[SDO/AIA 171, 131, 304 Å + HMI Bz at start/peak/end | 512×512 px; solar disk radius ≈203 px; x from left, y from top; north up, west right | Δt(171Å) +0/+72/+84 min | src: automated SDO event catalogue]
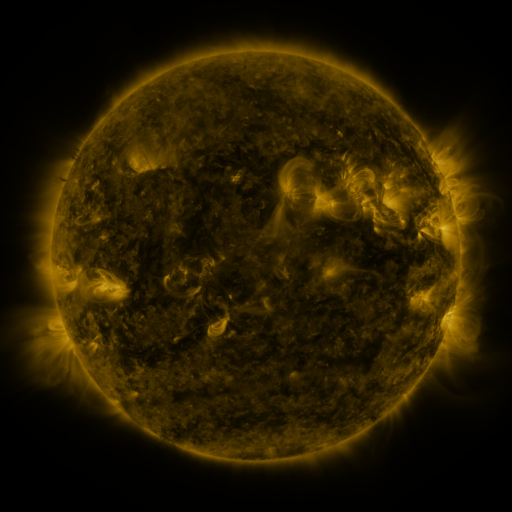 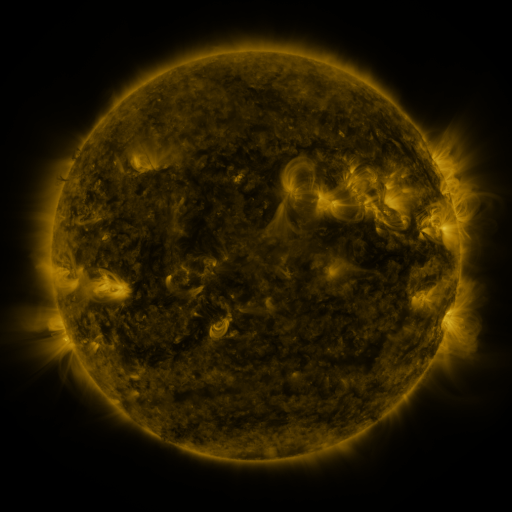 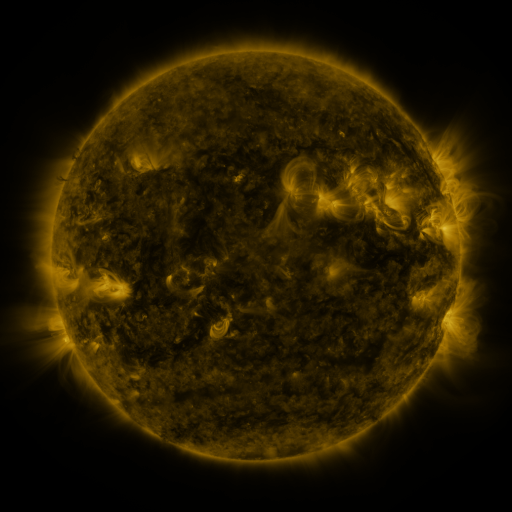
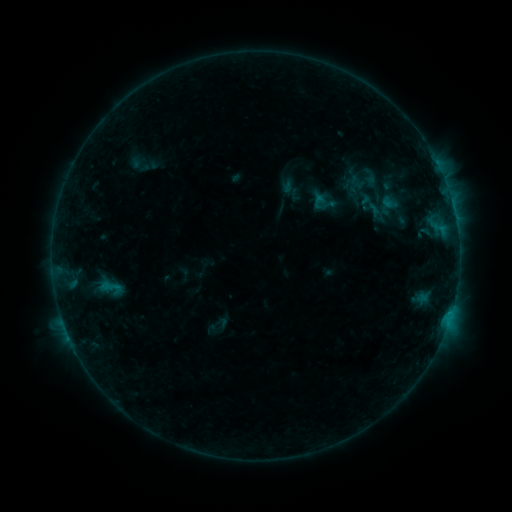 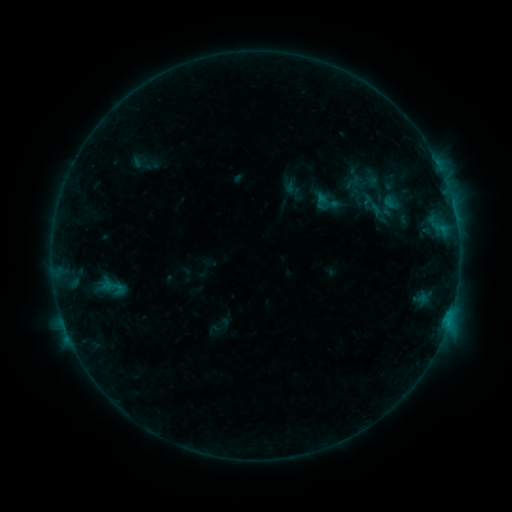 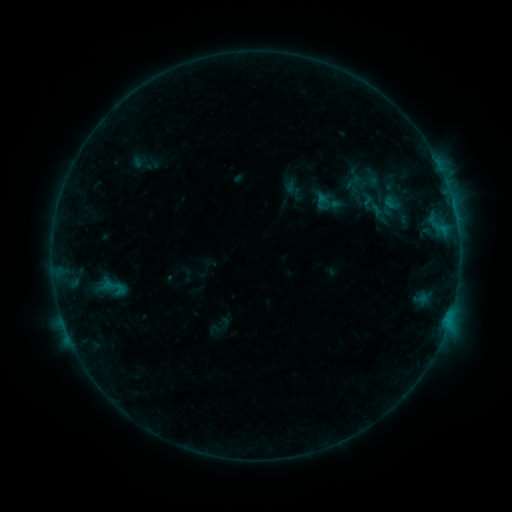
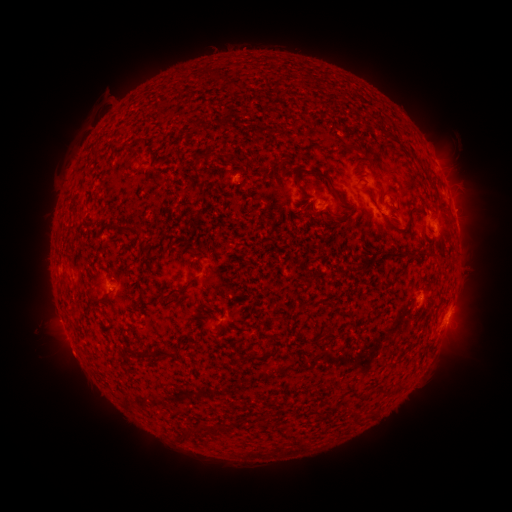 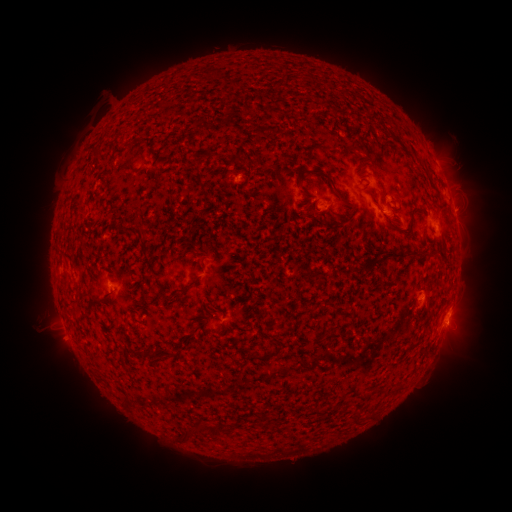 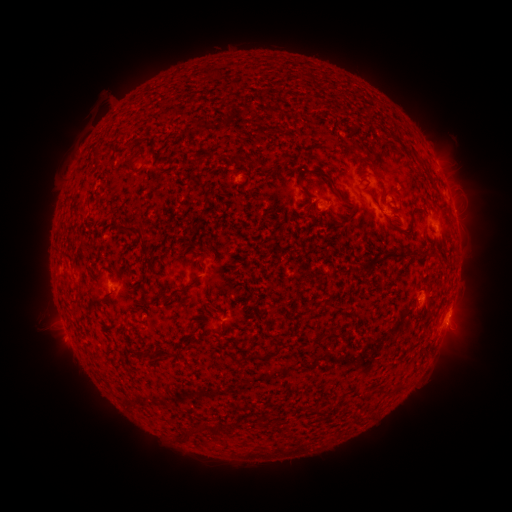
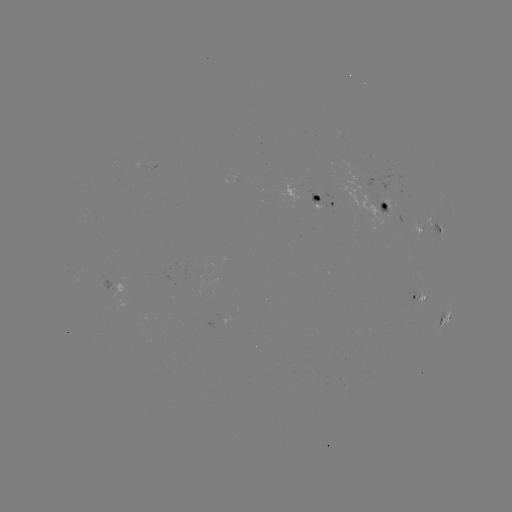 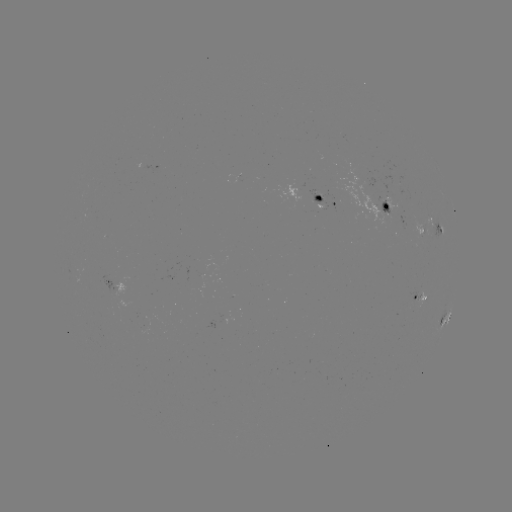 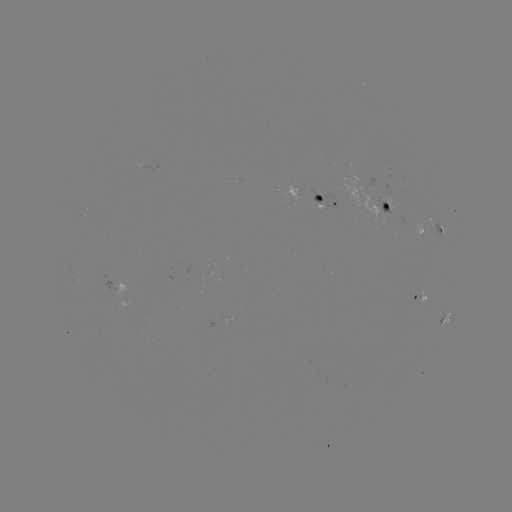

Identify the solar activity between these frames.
emerging-flux region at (386, 211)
